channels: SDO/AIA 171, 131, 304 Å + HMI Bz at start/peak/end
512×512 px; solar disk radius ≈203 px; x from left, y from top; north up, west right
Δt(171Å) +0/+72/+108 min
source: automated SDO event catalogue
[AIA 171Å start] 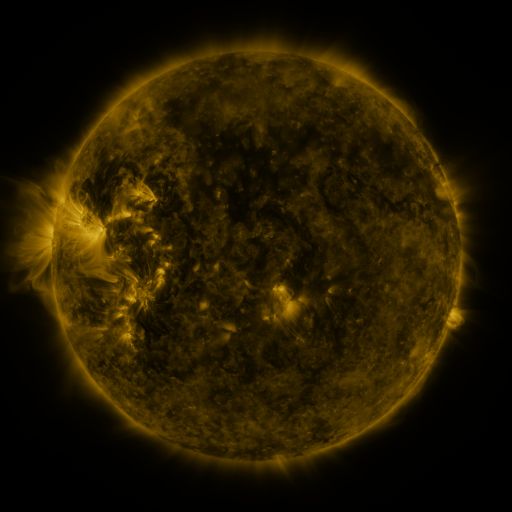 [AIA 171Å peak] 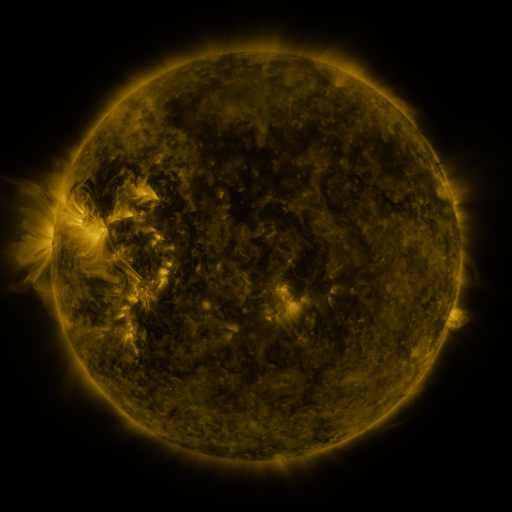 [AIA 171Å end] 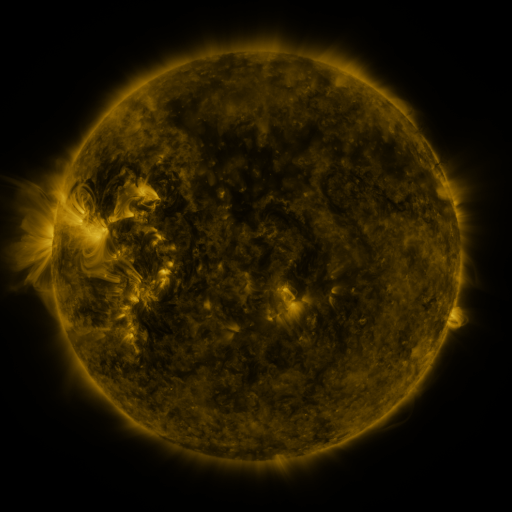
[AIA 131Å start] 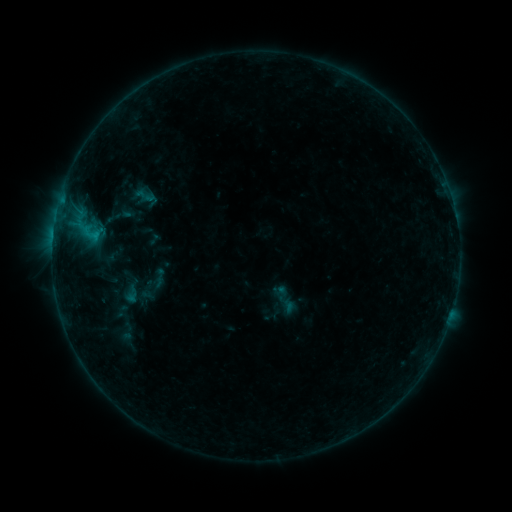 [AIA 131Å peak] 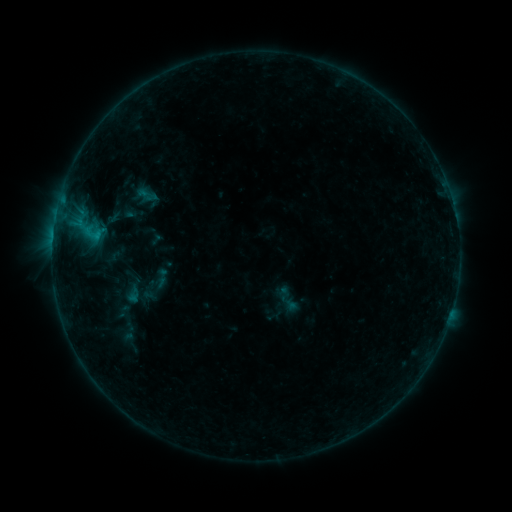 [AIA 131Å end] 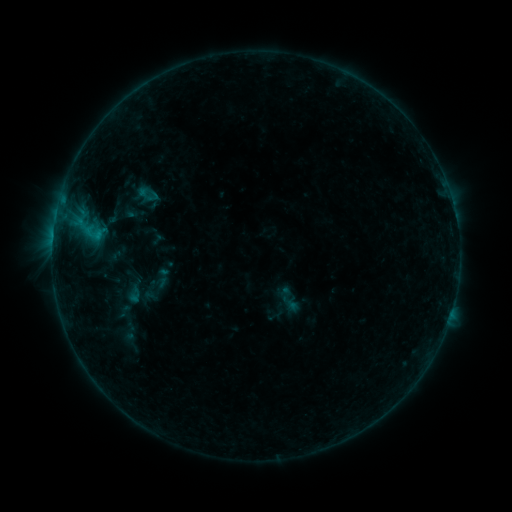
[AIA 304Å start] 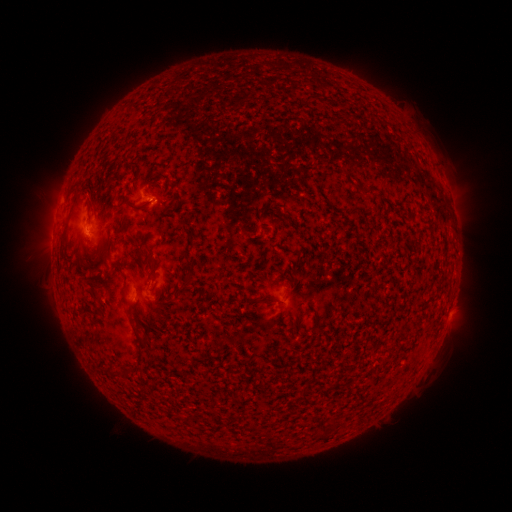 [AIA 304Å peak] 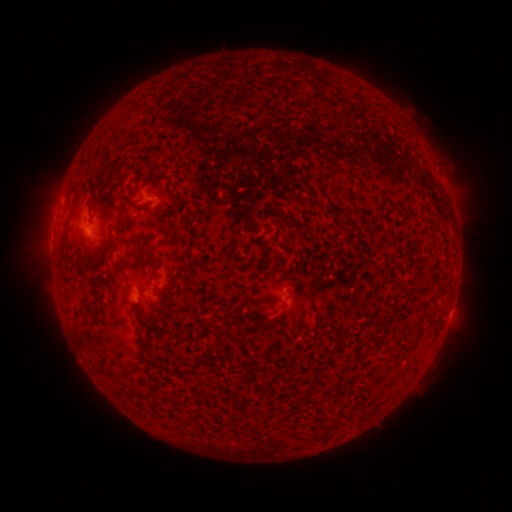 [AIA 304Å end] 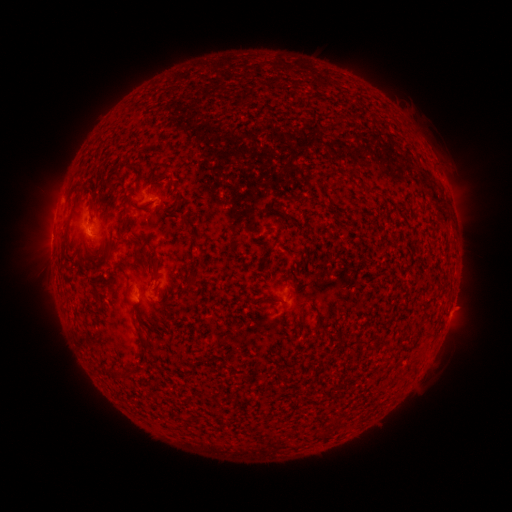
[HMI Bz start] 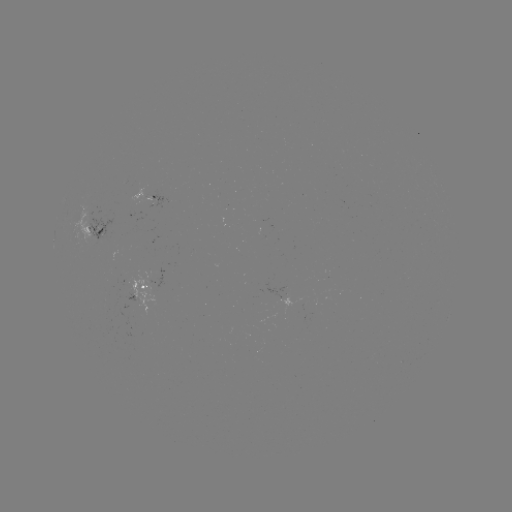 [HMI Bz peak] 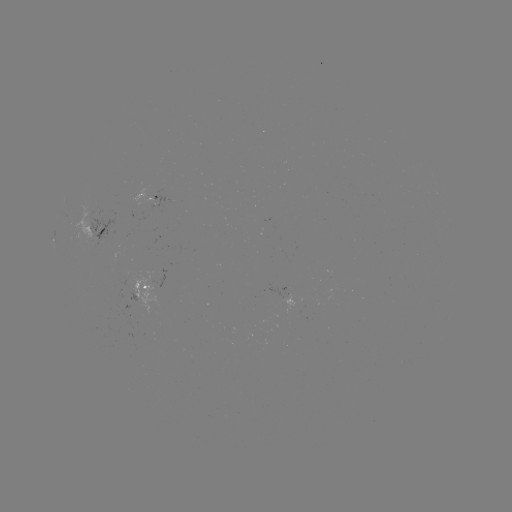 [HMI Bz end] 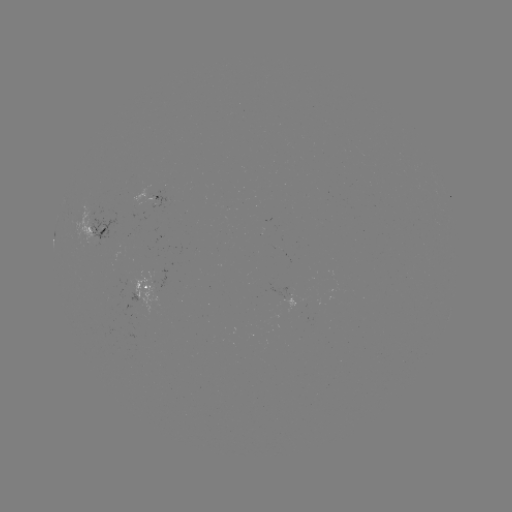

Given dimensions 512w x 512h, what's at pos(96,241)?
emerging-flux region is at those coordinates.